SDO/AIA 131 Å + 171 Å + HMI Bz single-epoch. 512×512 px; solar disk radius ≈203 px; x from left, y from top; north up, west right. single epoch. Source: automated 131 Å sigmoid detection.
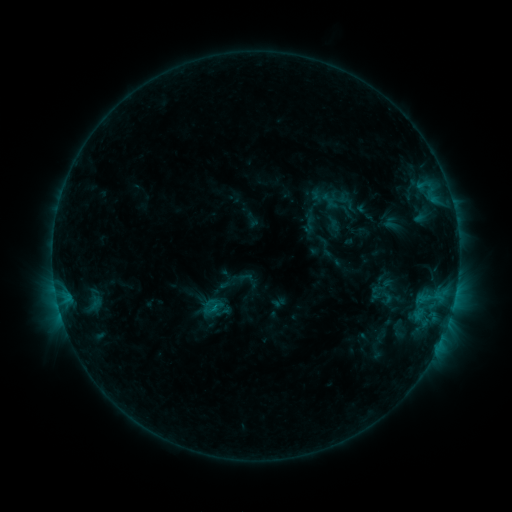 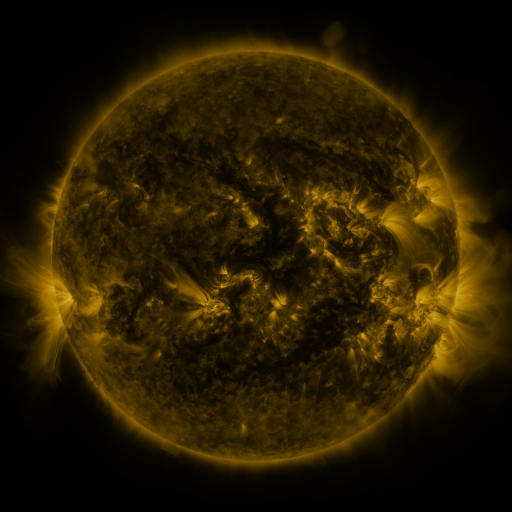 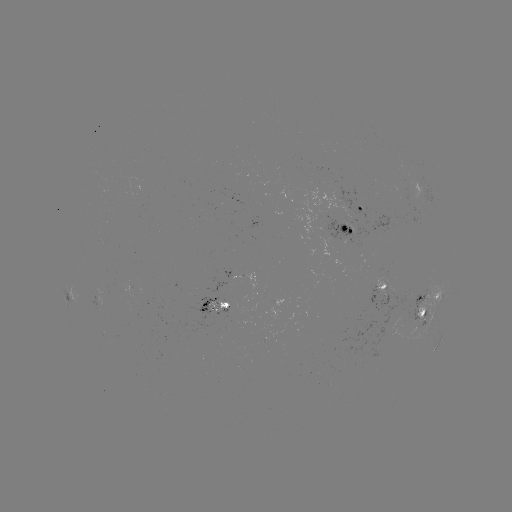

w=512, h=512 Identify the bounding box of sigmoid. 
[298, 215, 319, 235].